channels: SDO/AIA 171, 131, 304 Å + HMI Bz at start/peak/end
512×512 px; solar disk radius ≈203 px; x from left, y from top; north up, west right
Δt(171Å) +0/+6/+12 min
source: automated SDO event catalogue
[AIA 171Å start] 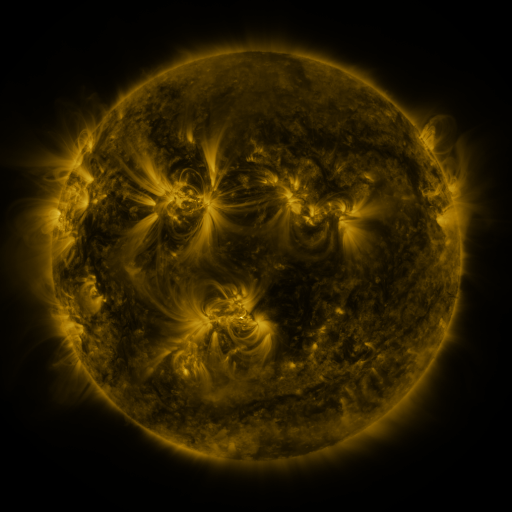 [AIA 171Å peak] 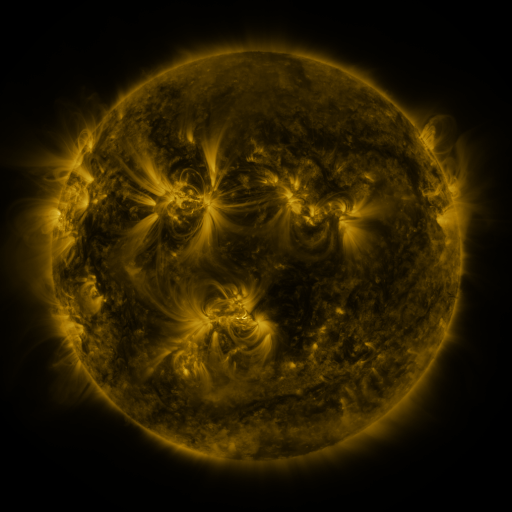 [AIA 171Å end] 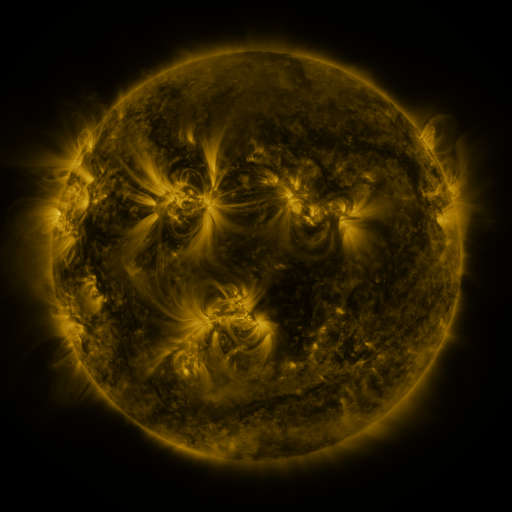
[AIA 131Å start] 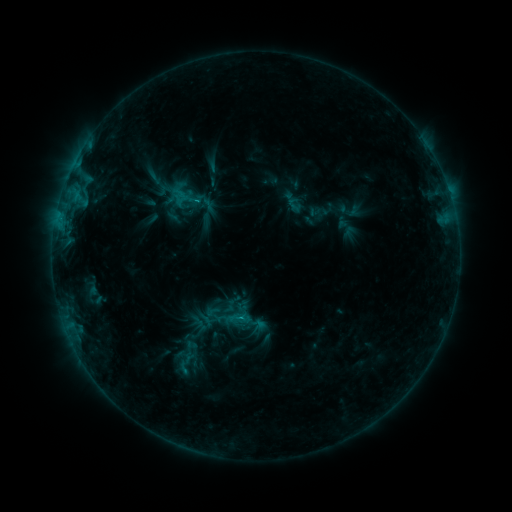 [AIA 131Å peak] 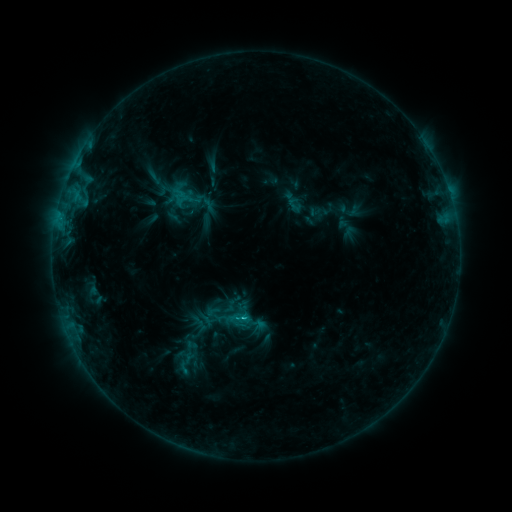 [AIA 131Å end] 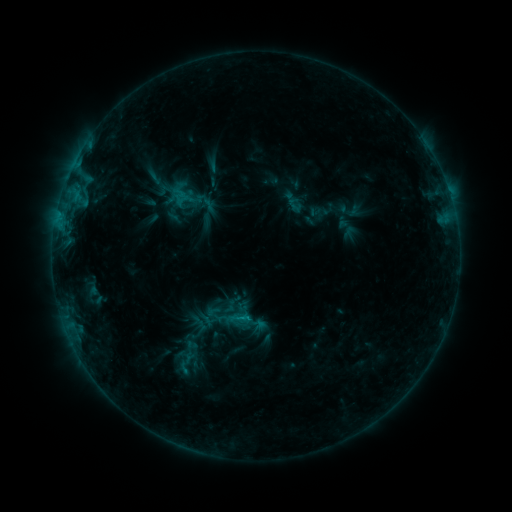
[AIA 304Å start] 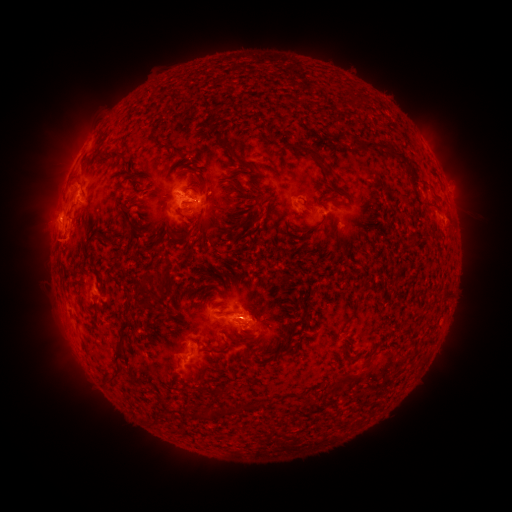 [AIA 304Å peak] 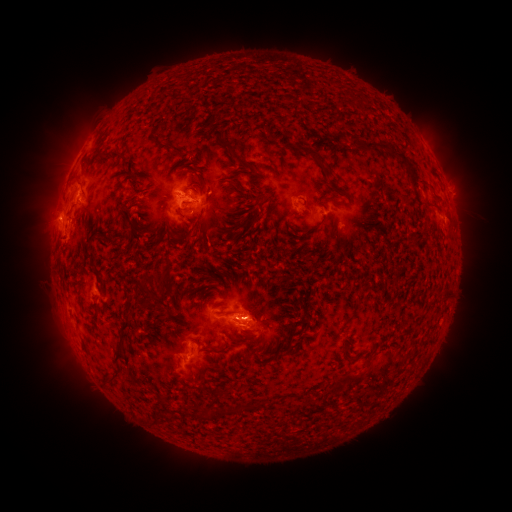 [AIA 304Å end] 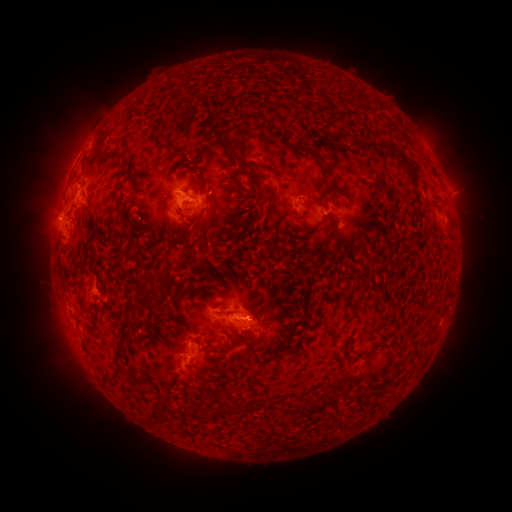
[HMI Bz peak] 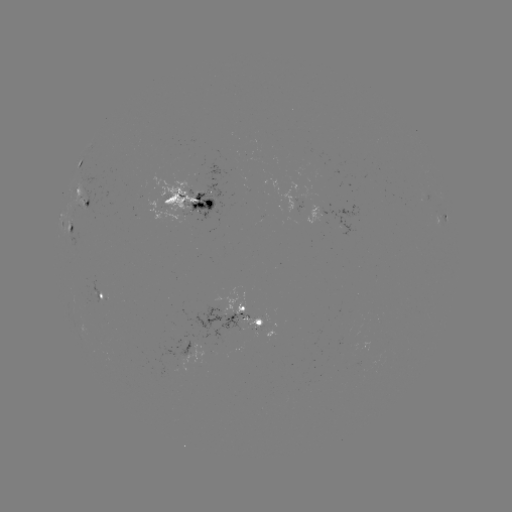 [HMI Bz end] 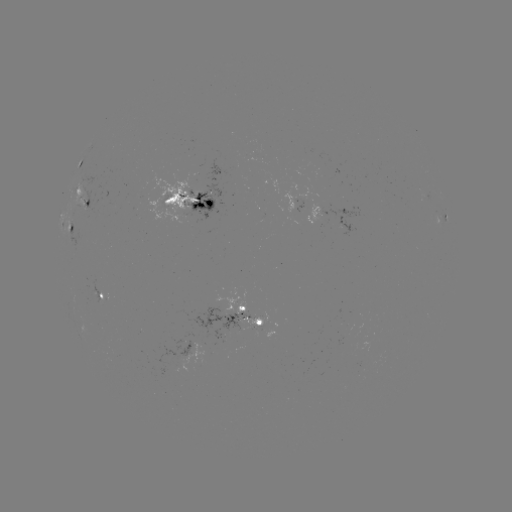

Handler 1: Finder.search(C1.7 flare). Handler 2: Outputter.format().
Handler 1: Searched C1.7 flare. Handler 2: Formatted (245, 318).